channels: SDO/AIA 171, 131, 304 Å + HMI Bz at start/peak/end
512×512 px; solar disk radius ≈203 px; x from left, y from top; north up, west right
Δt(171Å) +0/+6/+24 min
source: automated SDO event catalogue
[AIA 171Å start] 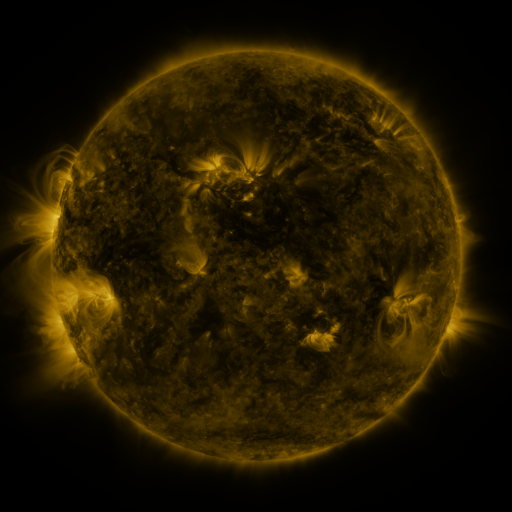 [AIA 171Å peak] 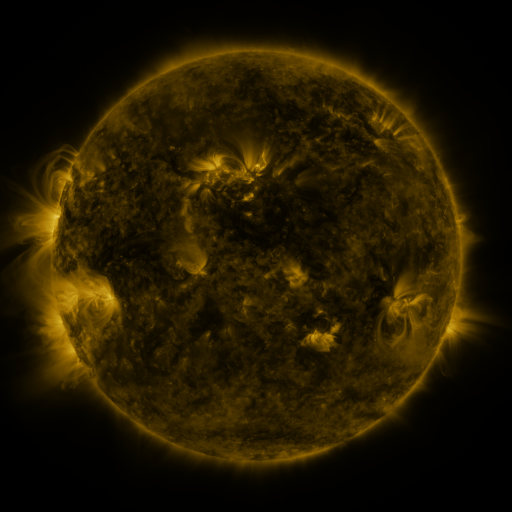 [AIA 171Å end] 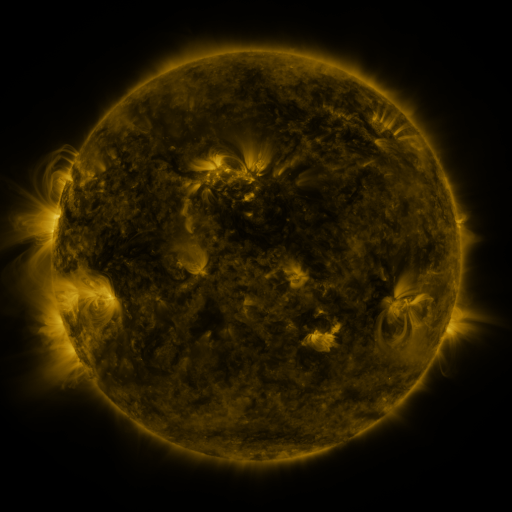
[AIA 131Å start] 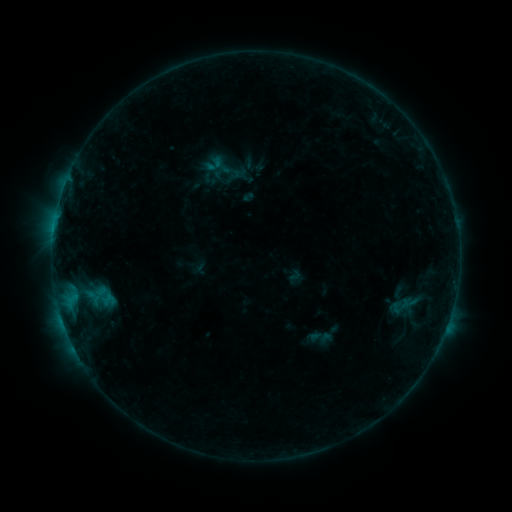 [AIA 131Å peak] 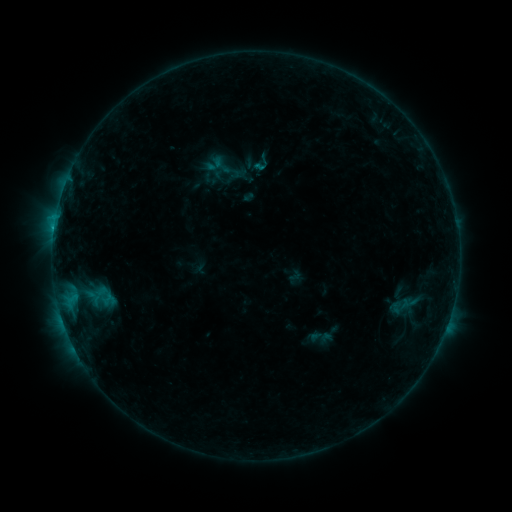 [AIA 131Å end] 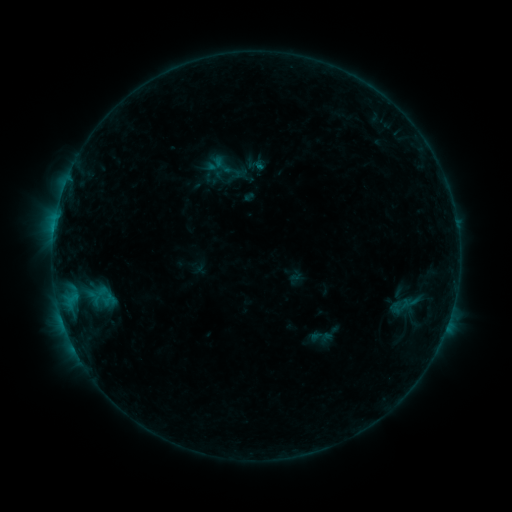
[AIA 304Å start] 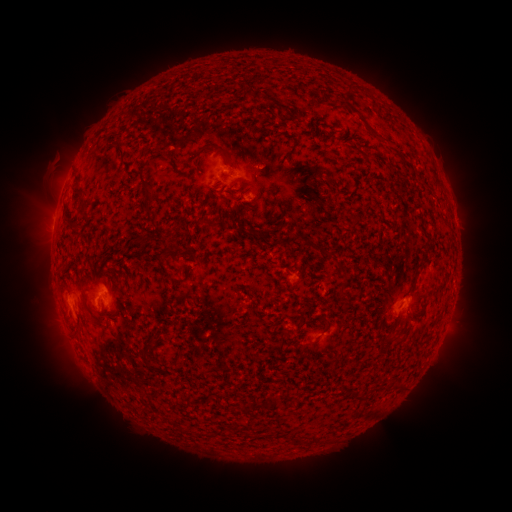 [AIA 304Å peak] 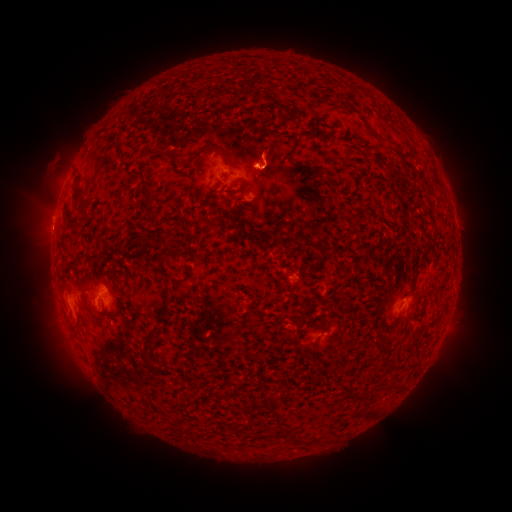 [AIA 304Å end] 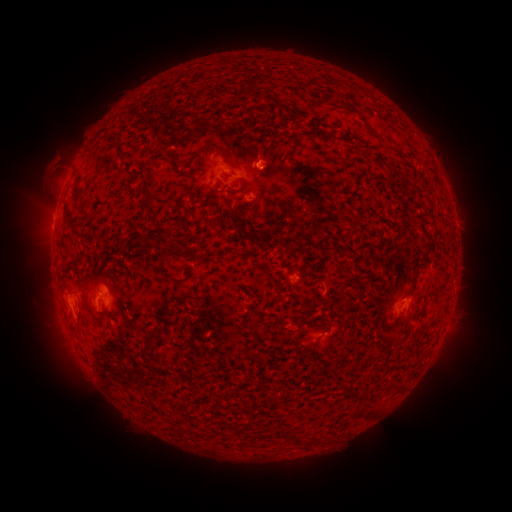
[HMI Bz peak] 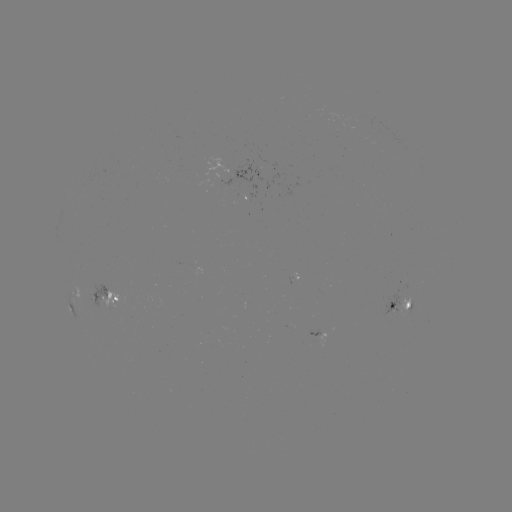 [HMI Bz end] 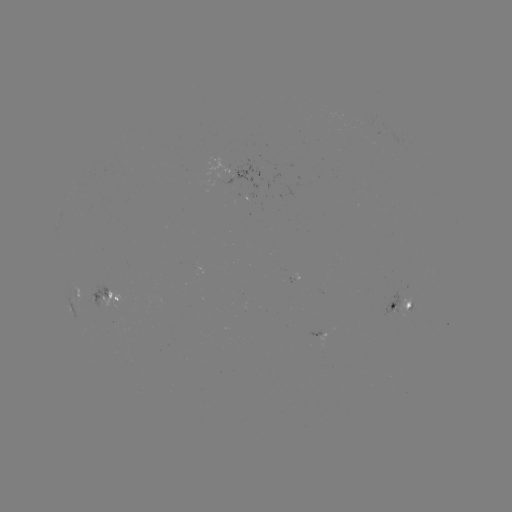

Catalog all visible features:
B6.0 flare: (256, 169)
